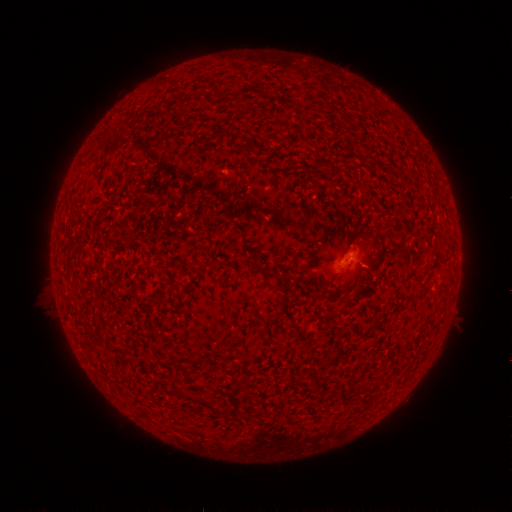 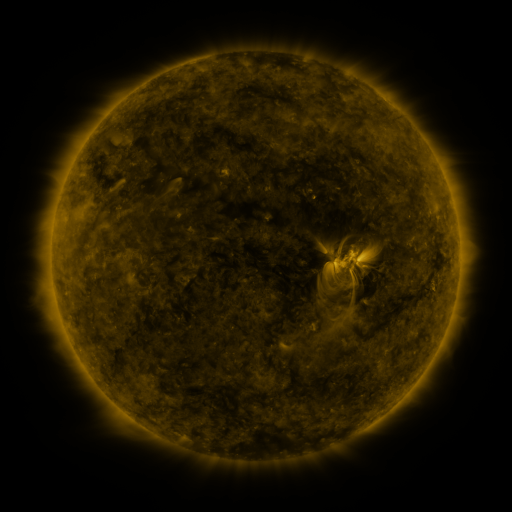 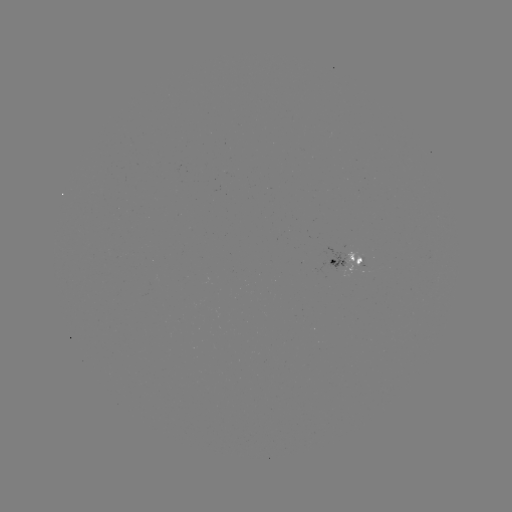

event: spotted active region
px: (354, 259)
